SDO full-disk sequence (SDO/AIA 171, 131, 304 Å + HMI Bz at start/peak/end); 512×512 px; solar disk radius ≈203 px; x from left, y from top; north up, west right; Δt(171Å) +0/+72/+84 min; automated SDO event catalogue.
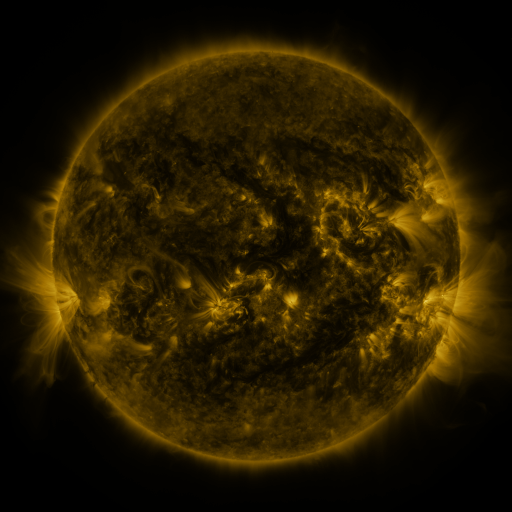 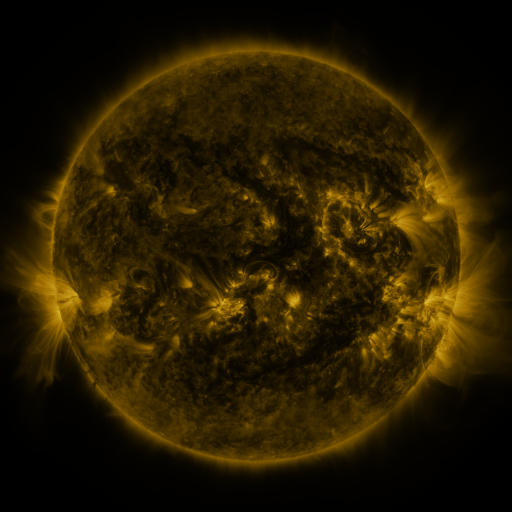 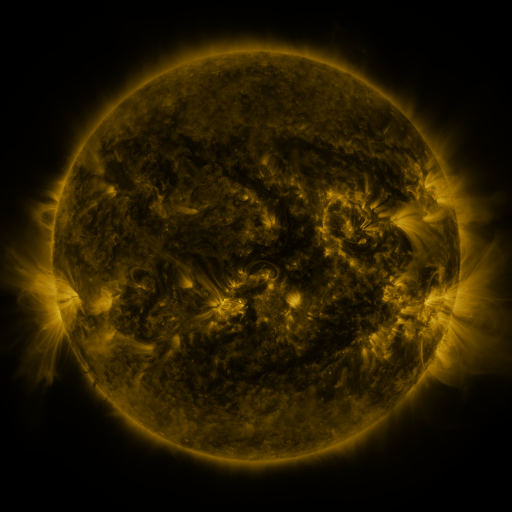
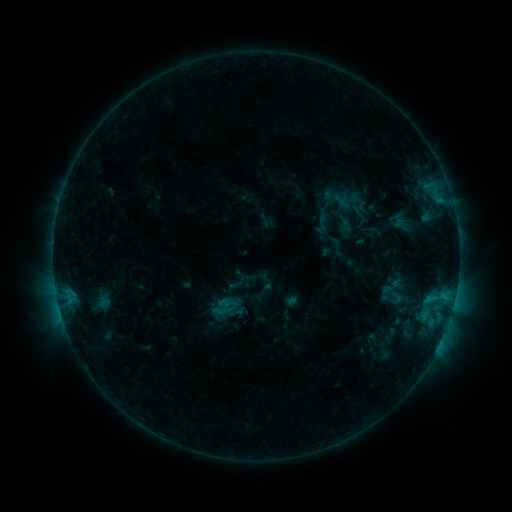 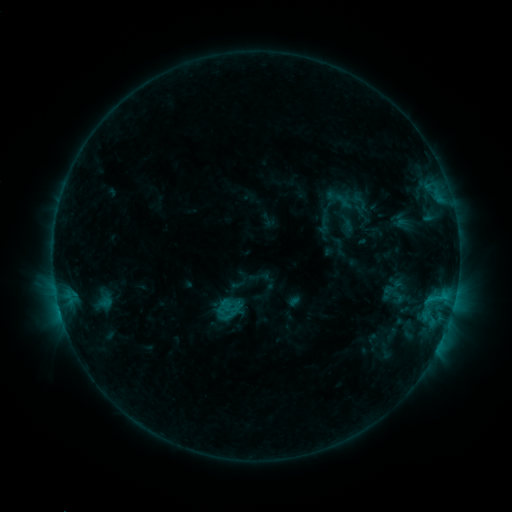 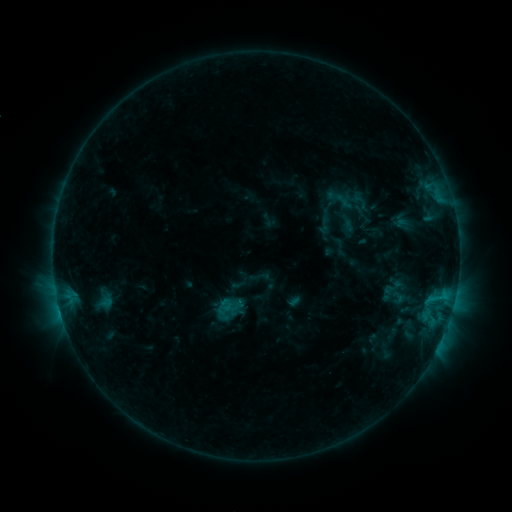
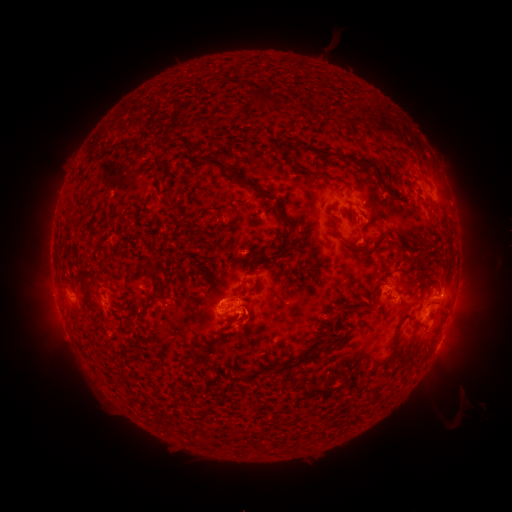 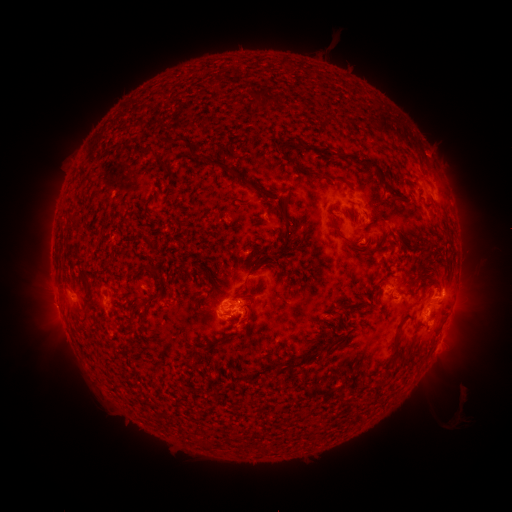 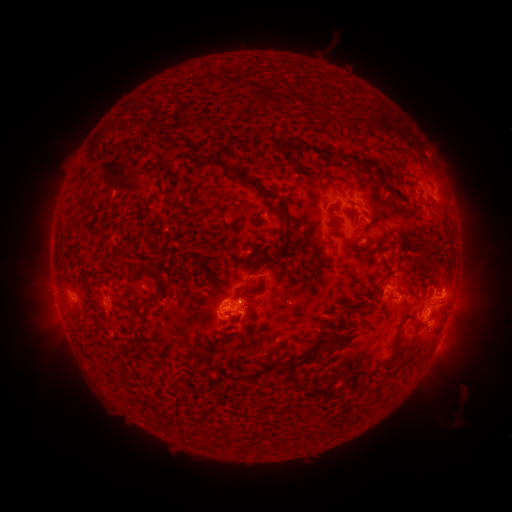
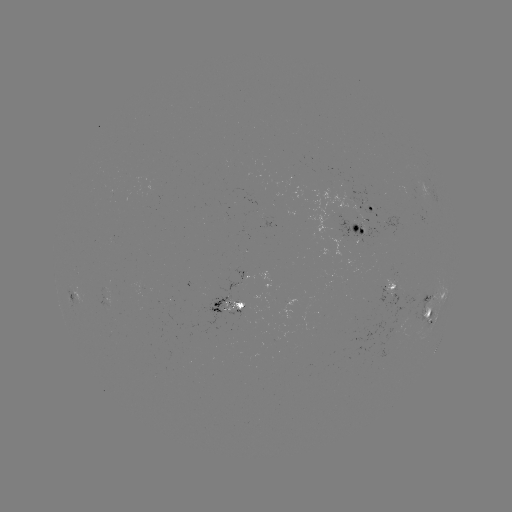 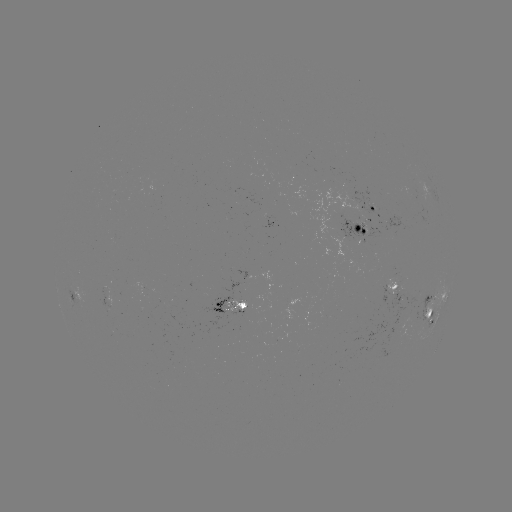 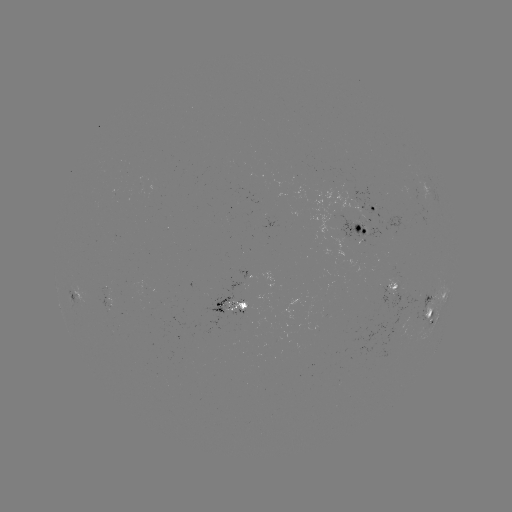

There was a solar emerging-flux region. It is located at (223, 309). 